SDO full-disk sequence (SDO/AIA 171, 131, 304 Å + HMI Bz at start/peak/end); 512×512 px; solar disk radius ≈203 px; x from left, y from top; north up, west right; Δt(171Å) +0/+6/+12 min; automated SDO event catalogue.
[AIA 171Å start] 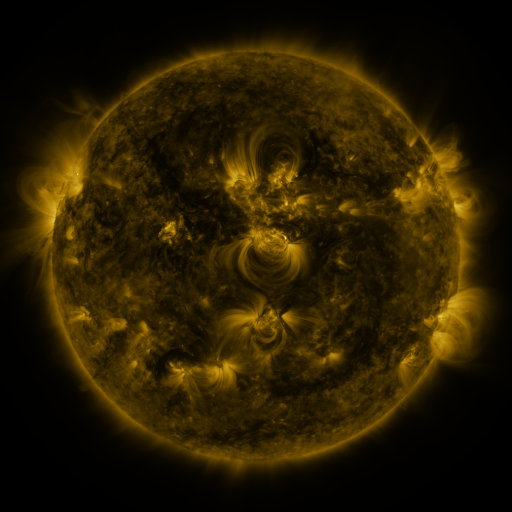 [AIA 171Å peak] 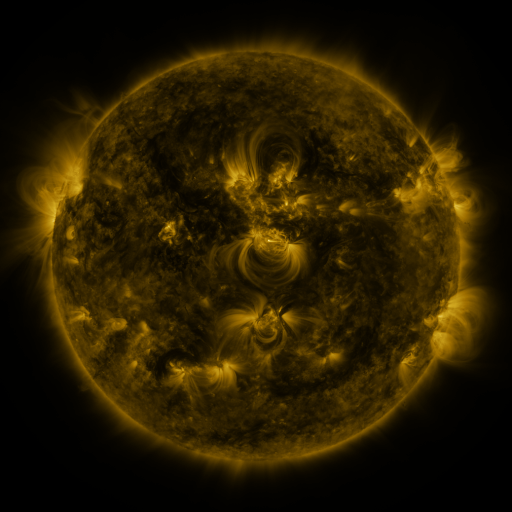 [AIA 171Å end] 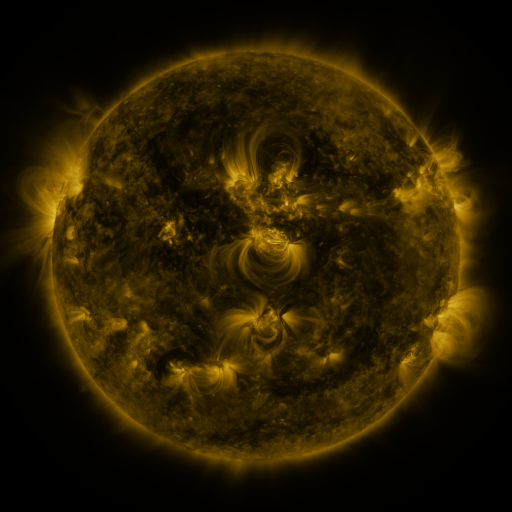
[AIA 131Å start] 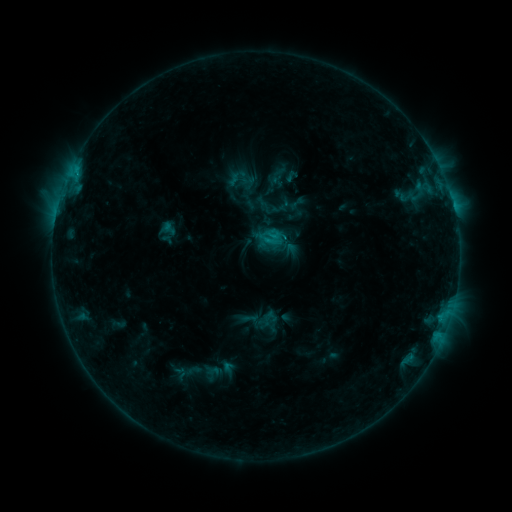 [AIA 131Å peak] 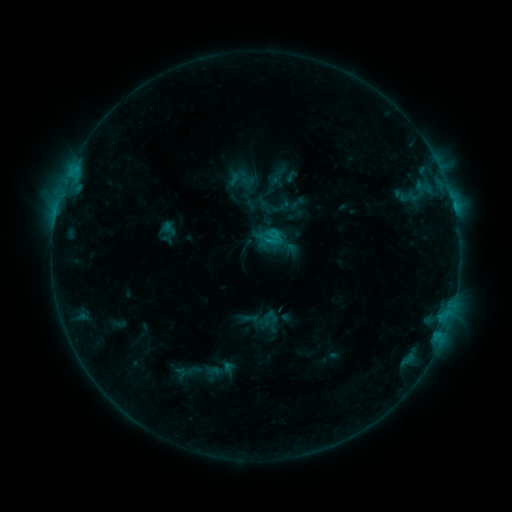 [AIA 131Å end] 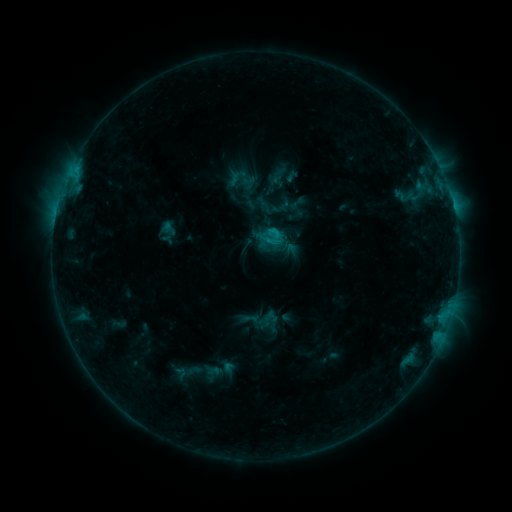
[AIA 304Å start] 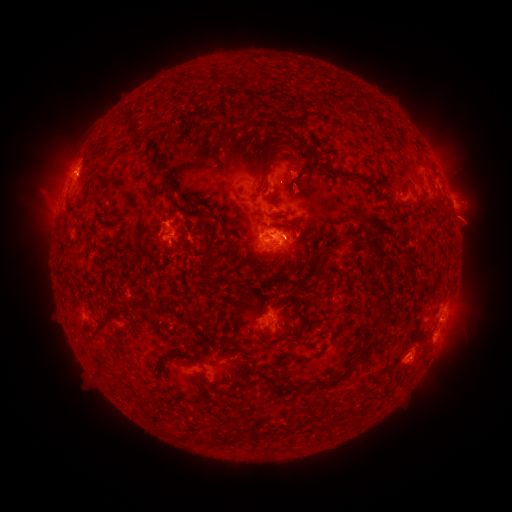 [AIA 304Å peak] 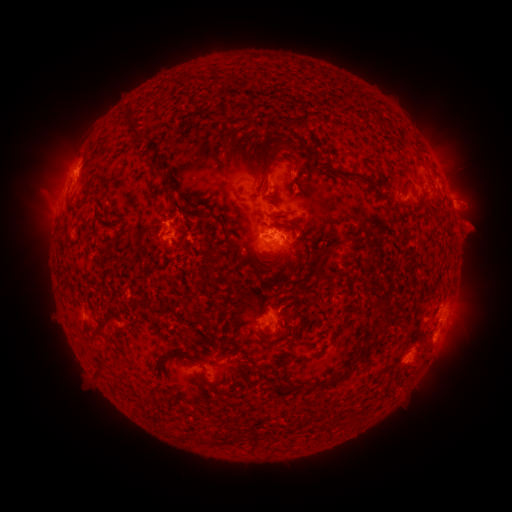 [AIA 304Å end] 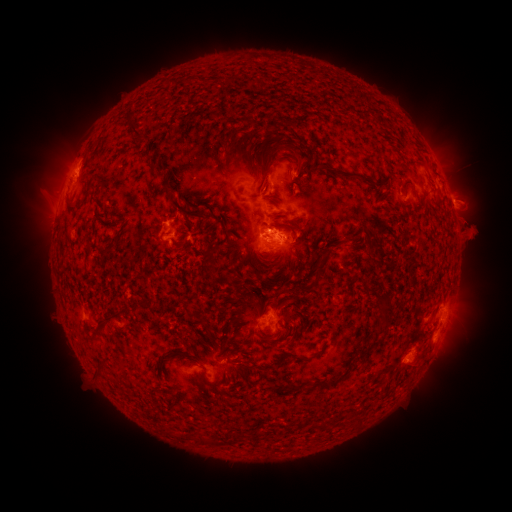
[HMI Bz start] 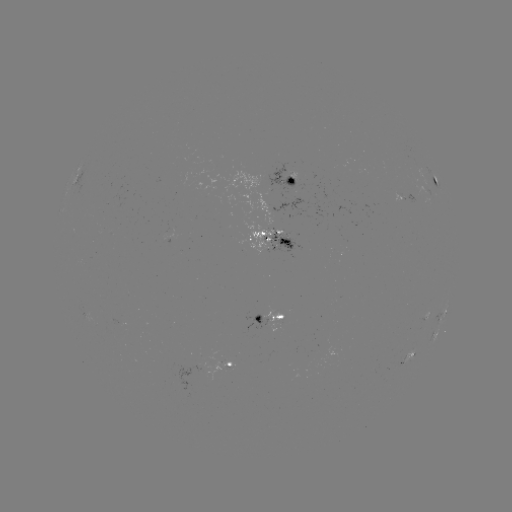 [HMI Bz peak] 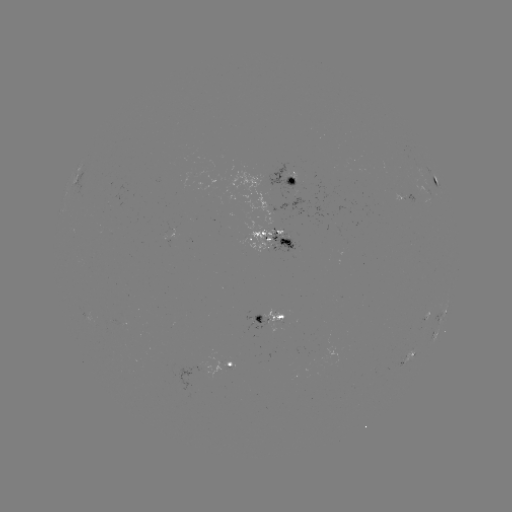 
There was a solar eruption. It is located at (470, 180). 